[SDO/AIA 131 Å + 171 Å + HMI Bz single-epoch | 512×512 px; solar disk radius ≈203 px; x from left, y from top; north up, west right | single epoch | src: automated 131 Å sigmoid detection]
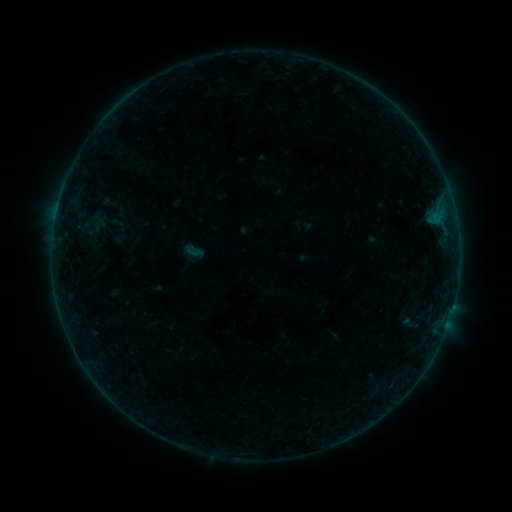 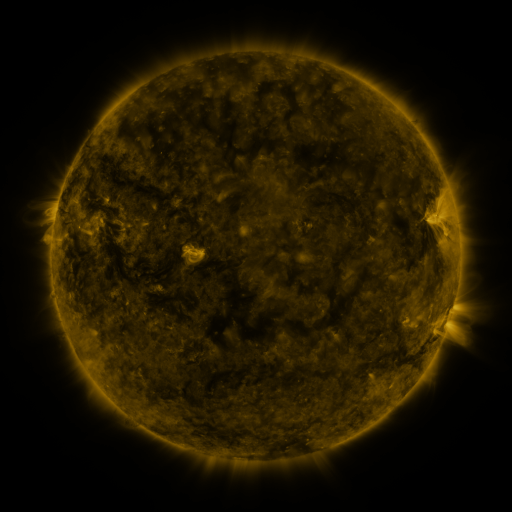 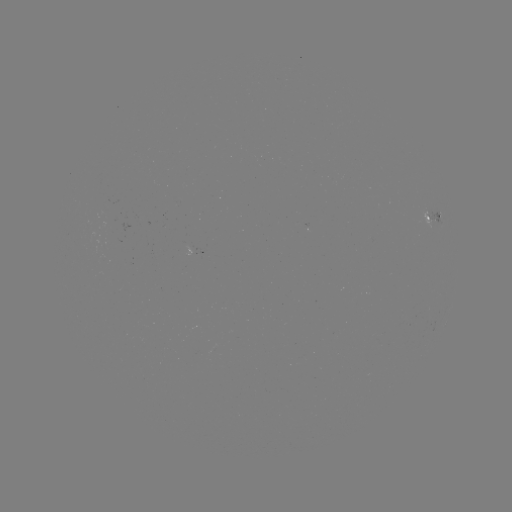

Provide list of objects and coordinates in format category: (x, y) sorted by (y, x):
sigmoid: (193, 251)
